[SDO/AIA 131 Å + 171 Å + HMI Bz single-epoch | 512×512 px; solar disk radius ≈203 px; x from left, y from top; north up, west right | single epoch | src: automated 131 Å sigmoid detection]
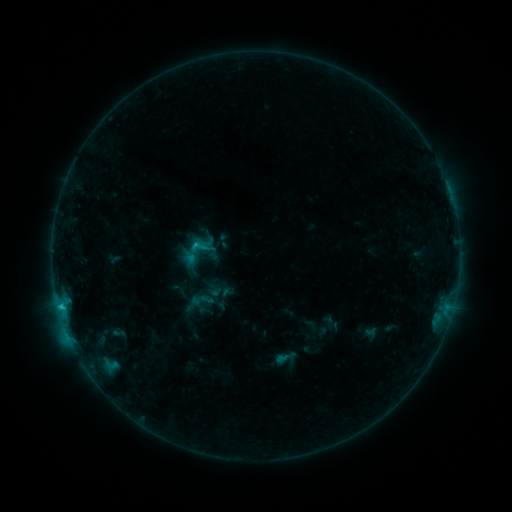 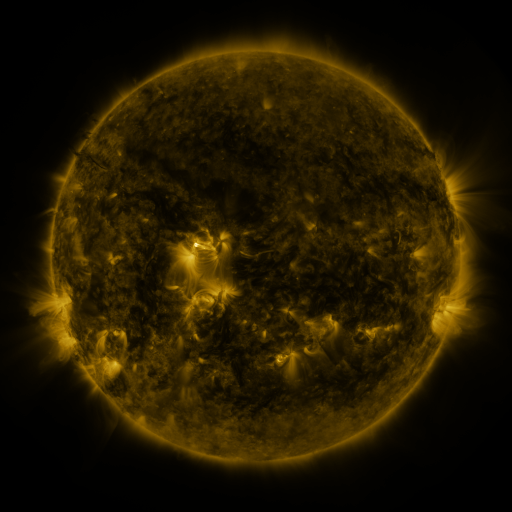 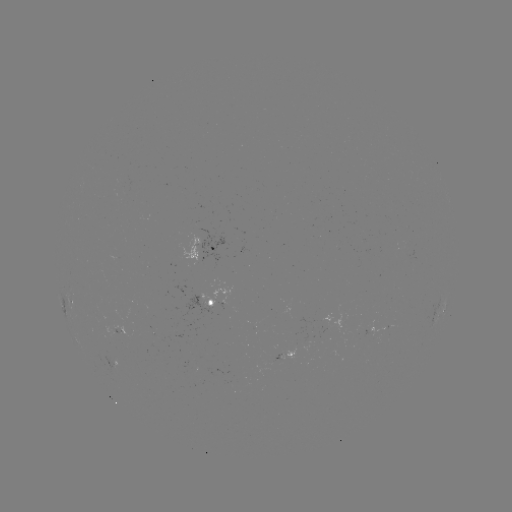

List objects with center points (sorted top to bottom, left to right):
sigmoid: (198, 247)
sigmoid: (286, 358)
